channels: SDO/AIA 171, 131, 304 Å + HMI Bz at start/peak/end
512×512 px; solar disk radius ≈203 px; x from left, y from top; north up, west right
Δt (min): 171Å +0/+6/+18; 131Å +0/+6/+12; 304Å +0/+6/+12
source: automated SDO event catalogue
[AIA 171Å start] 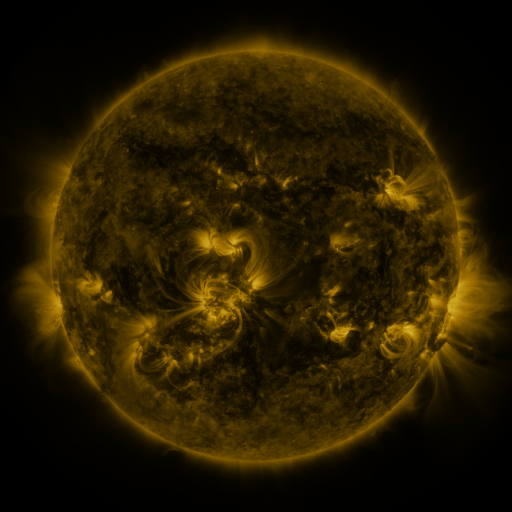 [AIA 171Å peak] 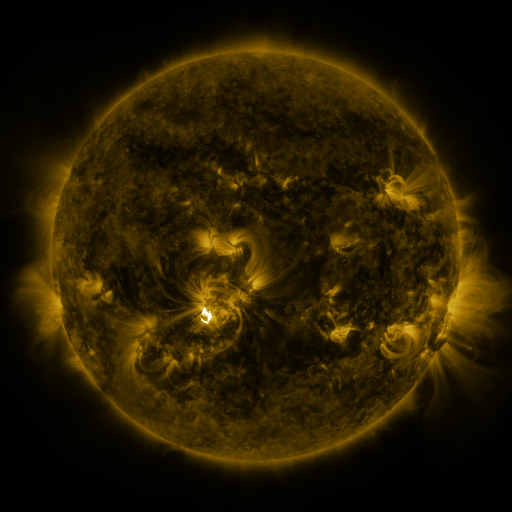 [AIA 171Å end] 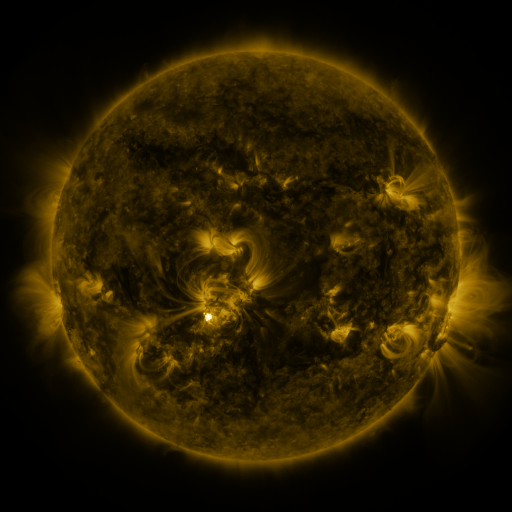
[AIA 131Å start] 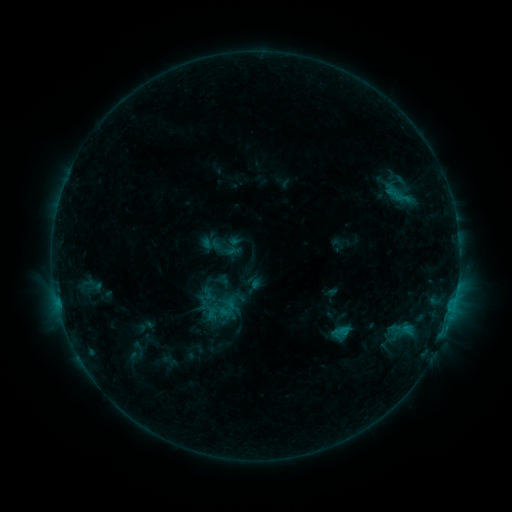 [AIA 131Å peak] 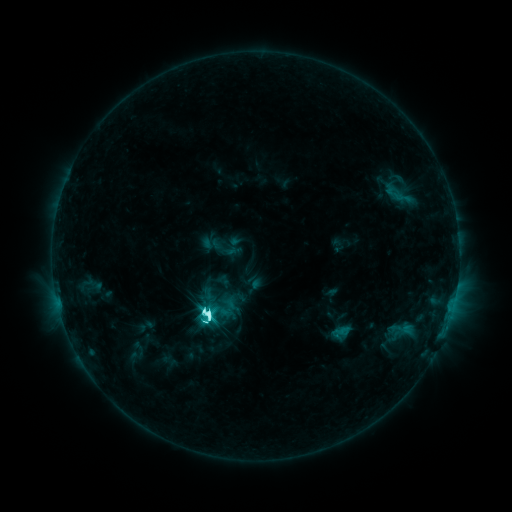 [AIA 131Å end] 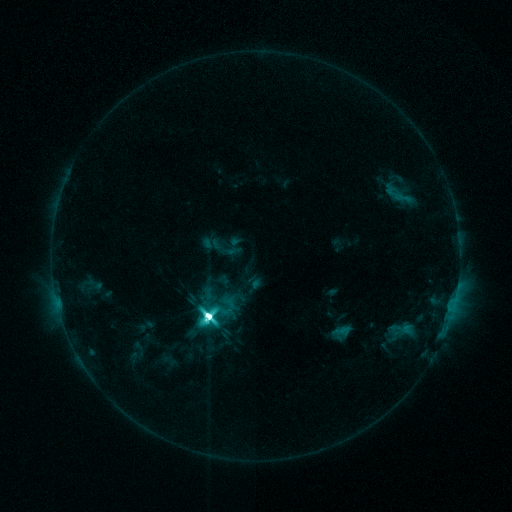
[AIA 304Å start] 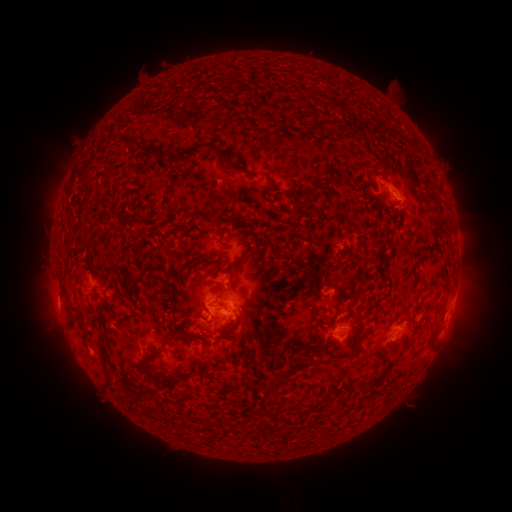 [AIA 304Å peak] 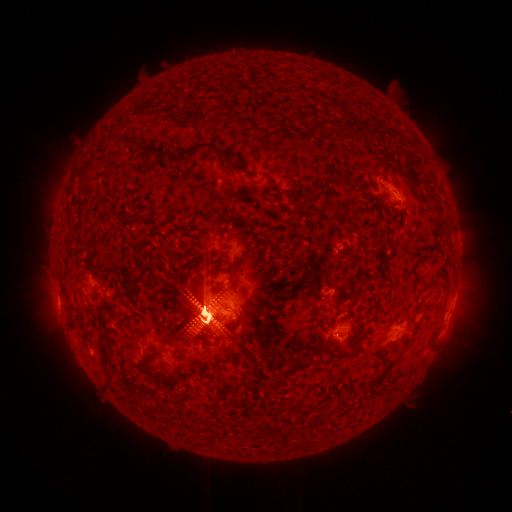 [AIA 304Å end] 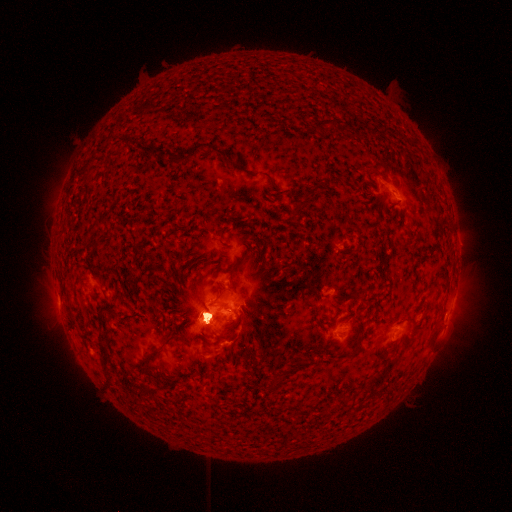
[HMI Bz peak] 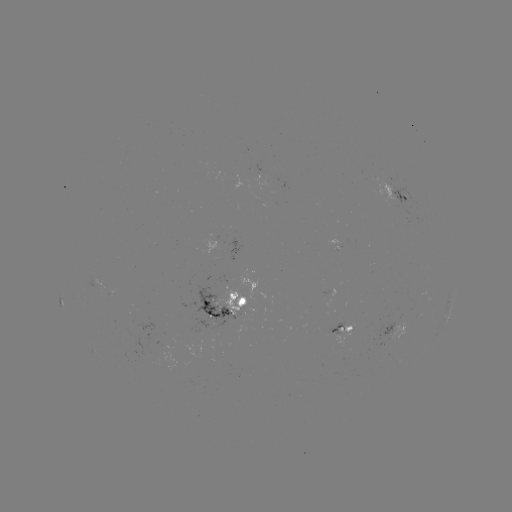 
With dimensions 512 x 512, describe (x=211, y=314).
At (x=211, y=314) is X1.1 flare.